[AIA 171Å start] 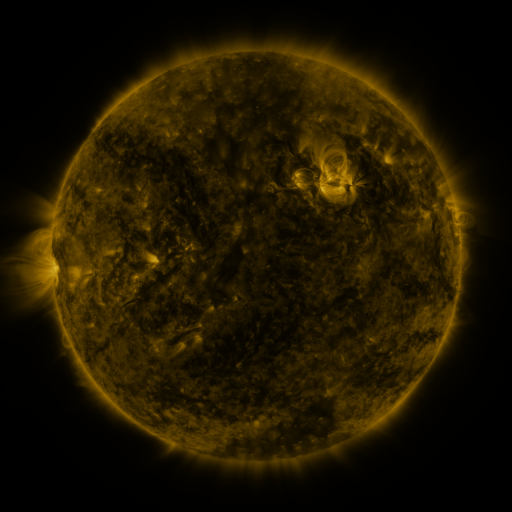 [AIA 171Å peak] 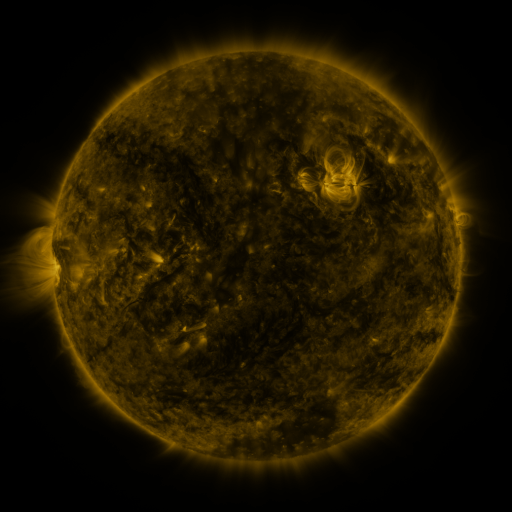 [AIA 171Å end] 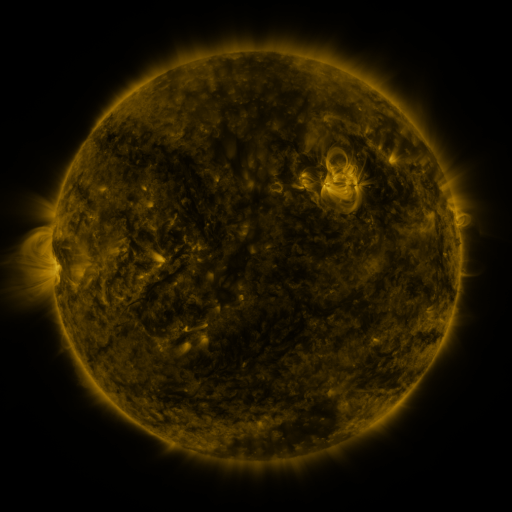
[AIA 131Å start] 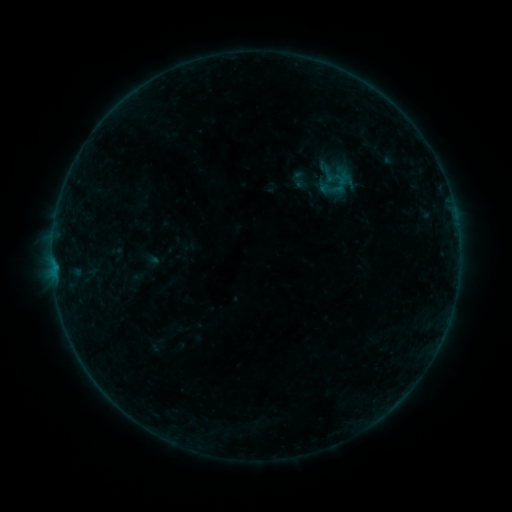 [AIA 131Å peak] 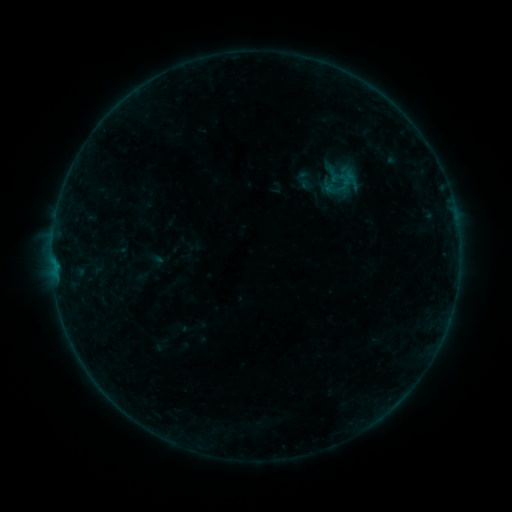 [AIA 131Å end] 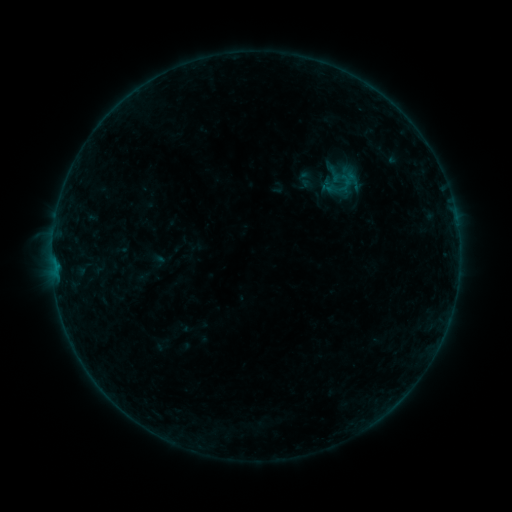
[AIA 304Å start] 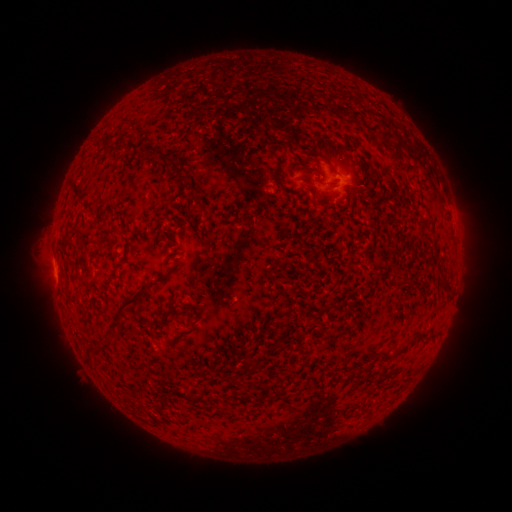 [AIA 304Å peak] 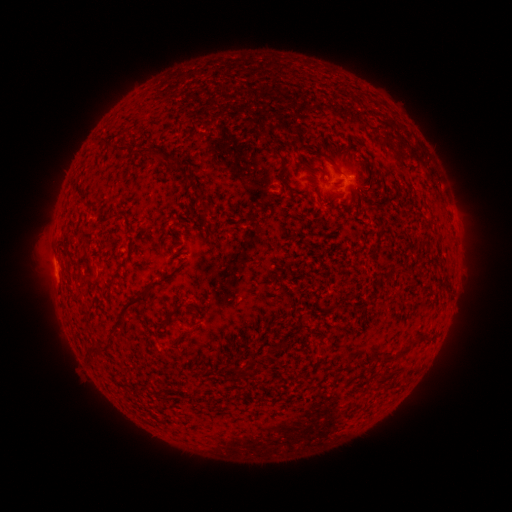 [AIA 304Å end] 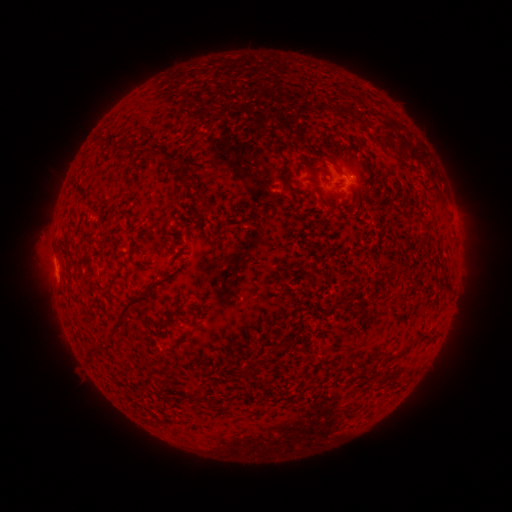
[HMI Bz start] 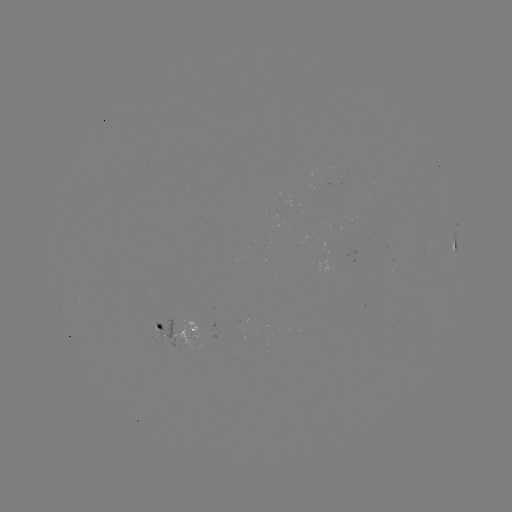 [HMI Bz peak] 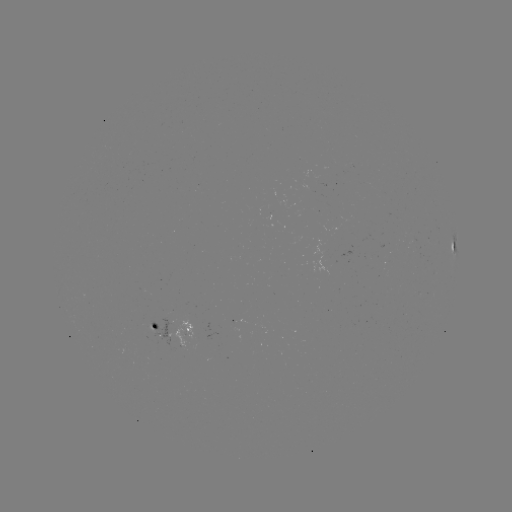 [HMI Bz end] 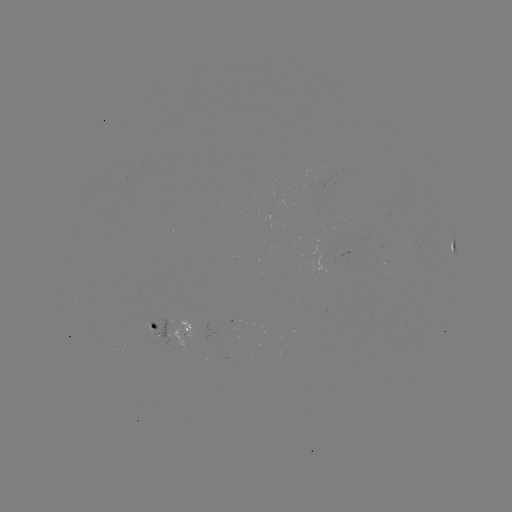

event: emerging-flux region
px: (345, 191)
